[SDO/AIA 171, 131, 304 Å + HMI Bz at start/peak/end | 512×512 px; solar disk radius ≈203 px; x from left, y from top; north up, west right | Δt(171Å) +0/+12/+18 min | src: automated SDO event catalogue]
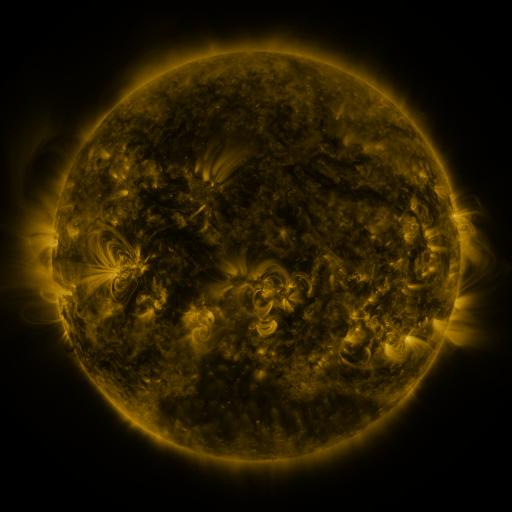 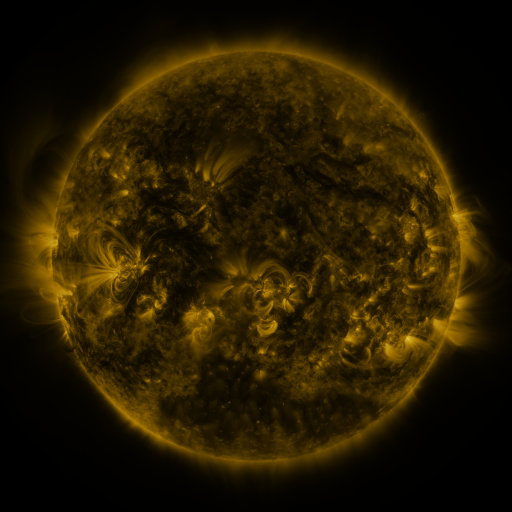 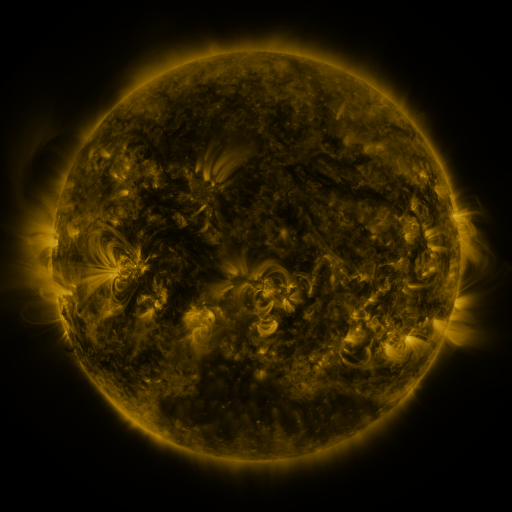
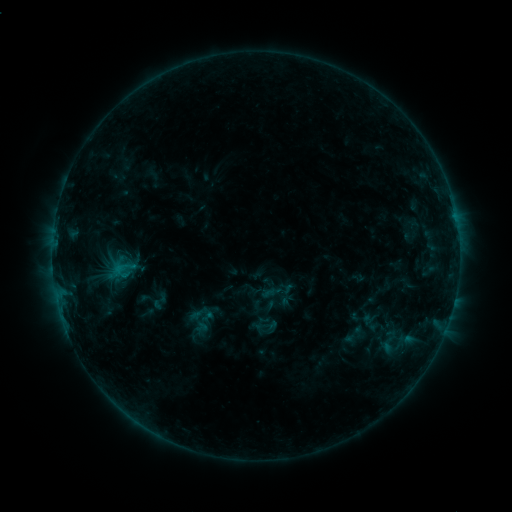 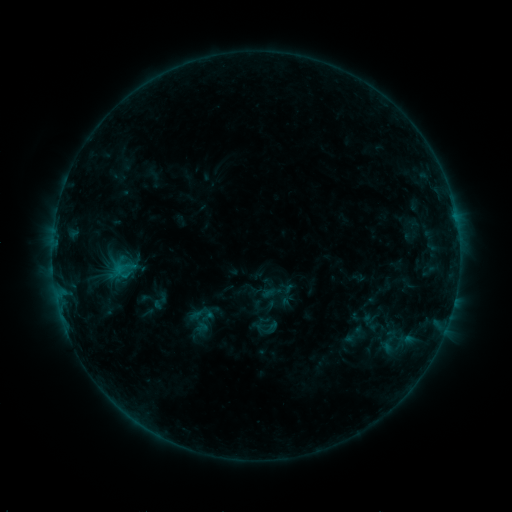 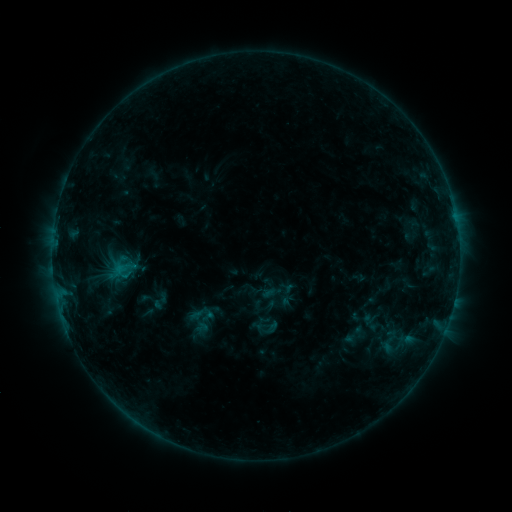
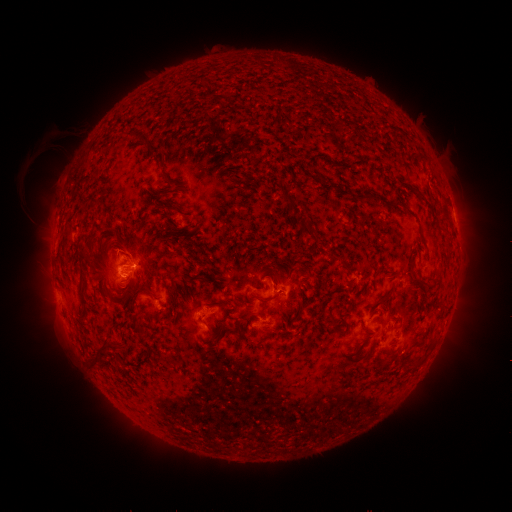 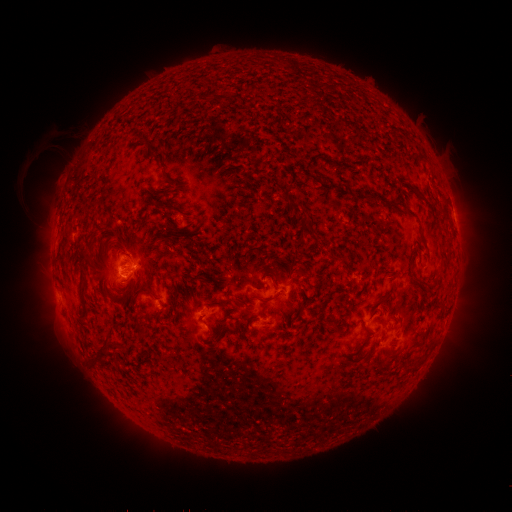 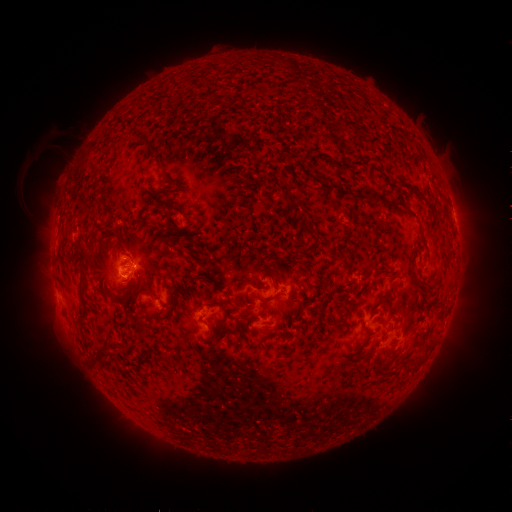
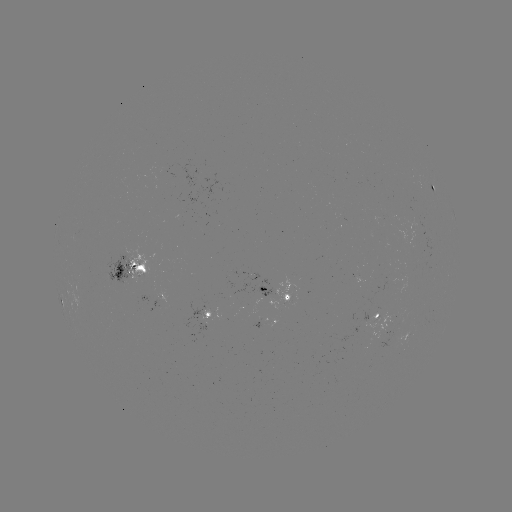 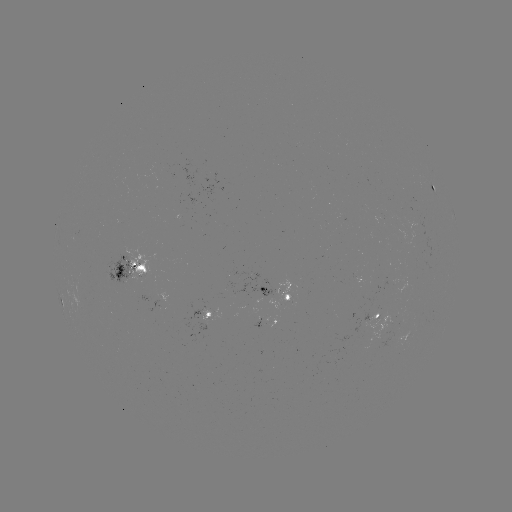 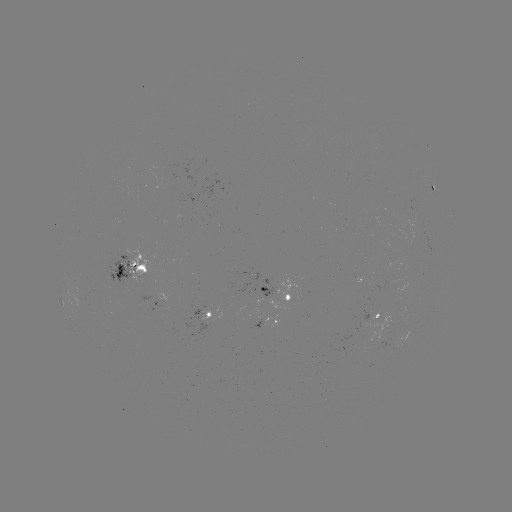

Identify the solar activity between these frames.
no classed flare was catalogued and no EUV brightening was flagged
